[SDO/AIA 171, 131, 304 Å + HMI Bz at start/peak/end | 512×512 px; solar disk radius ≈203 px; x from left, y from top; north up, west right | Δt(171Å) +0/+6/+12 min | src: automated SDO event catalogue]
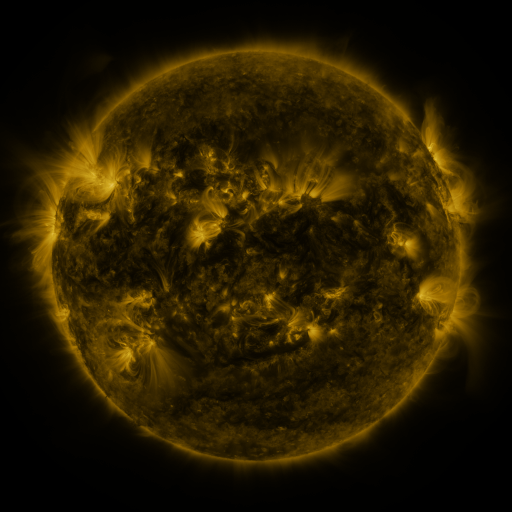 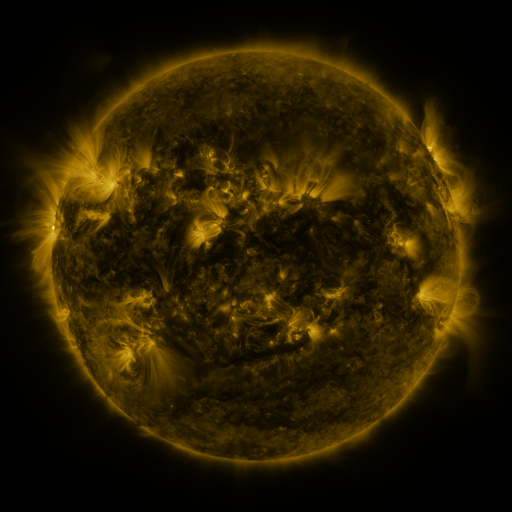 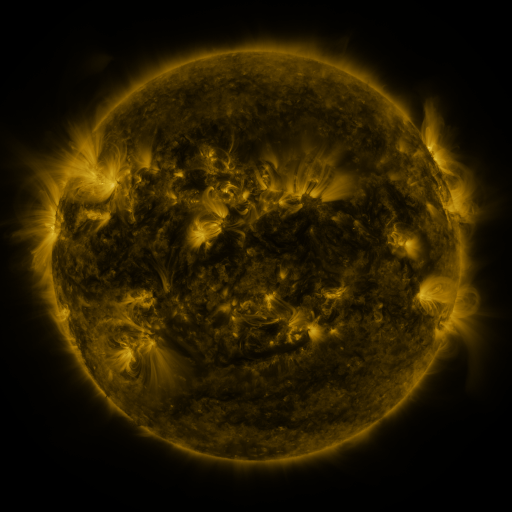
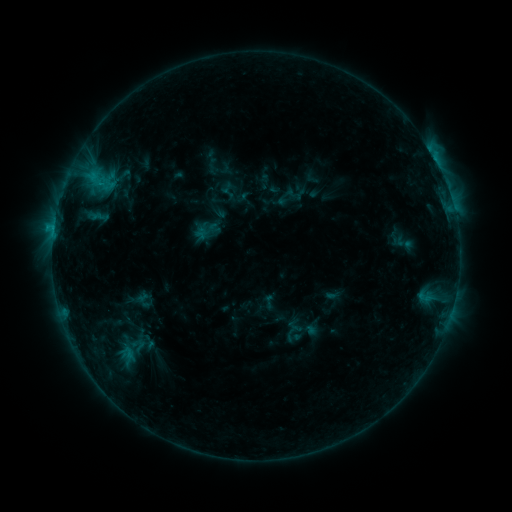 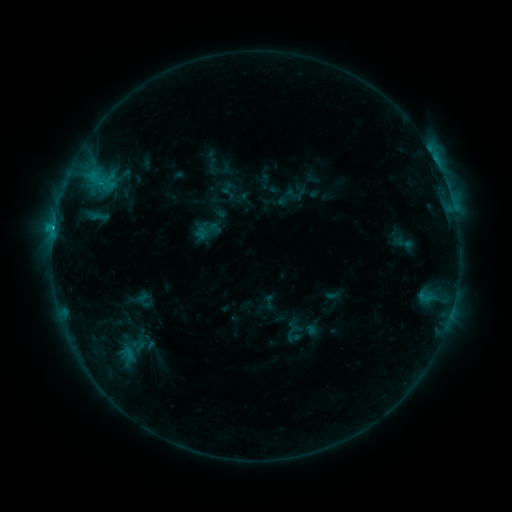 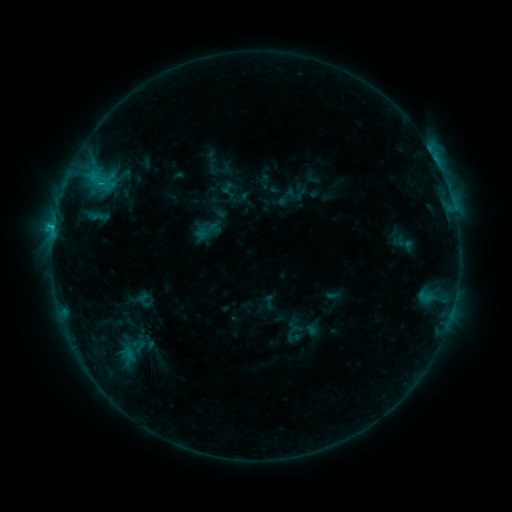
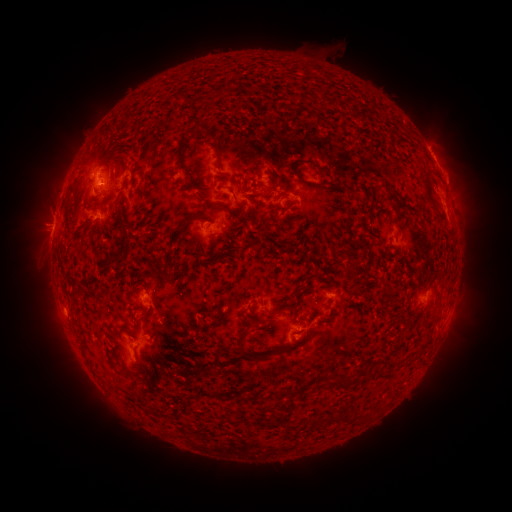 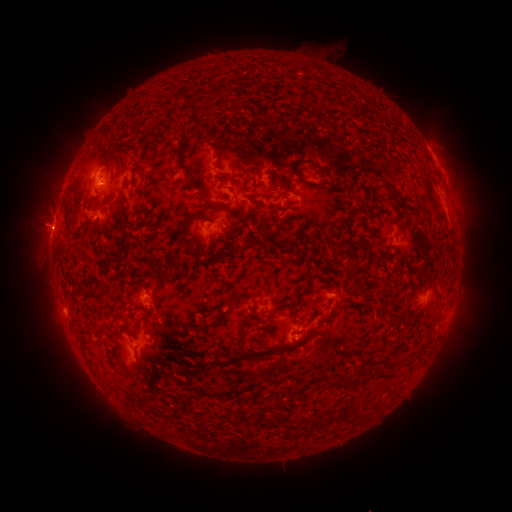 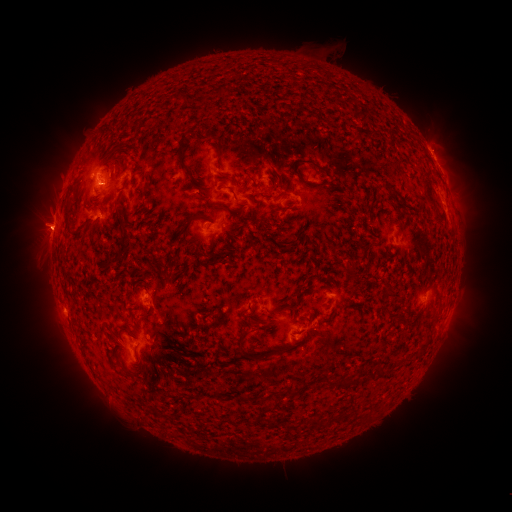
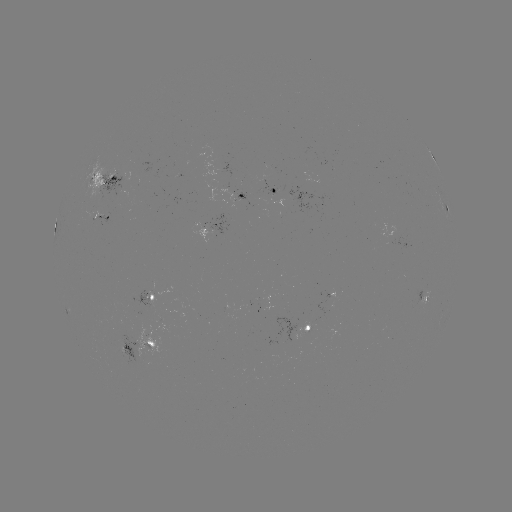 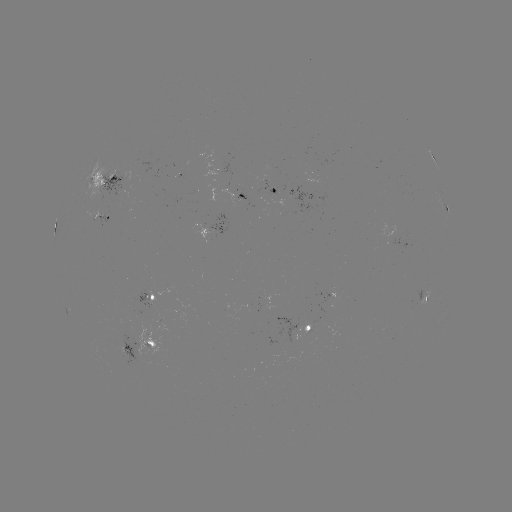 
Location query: C2.1 flare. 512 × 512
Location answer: (54, 231).